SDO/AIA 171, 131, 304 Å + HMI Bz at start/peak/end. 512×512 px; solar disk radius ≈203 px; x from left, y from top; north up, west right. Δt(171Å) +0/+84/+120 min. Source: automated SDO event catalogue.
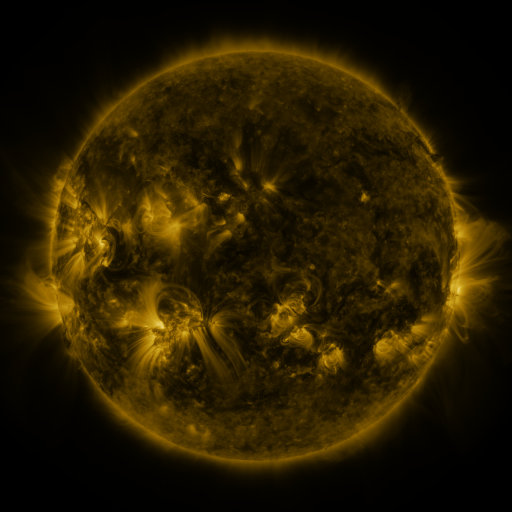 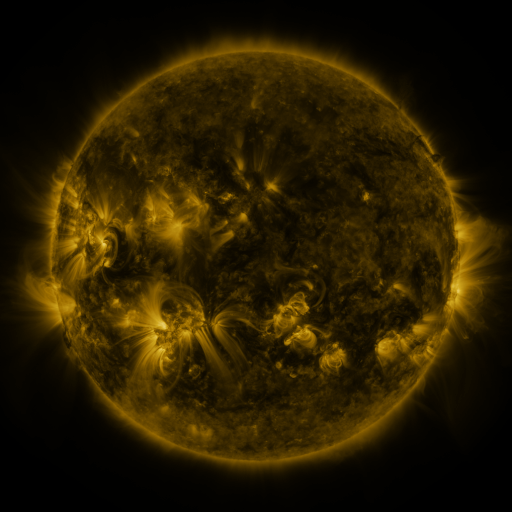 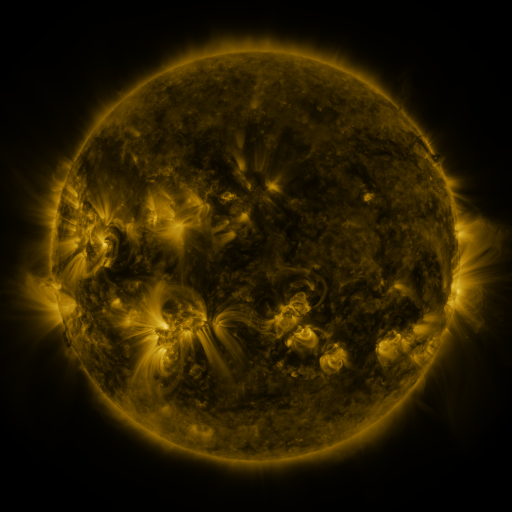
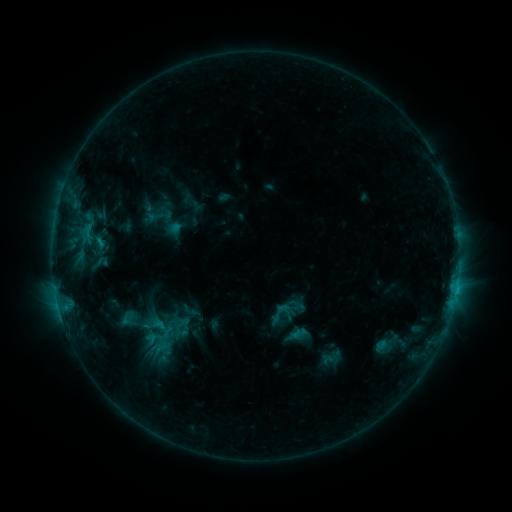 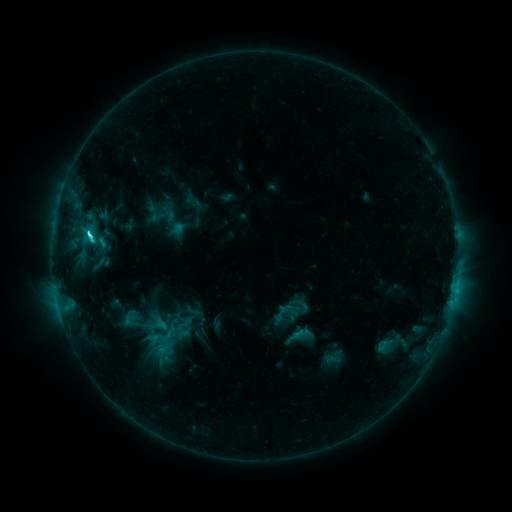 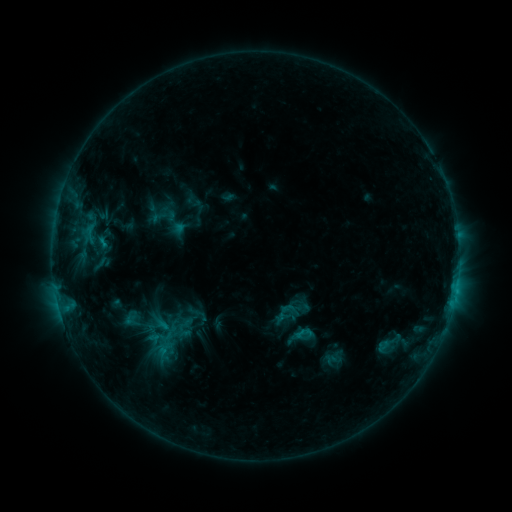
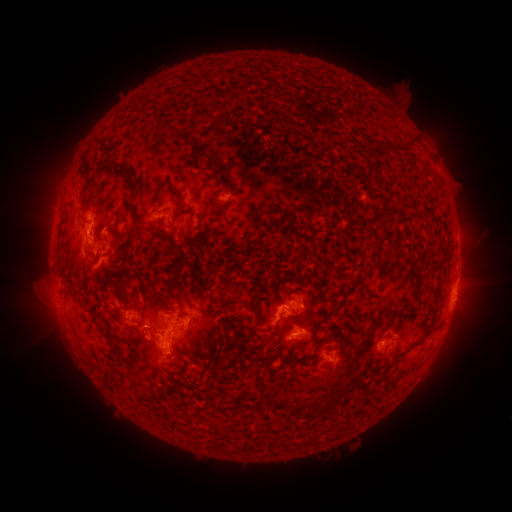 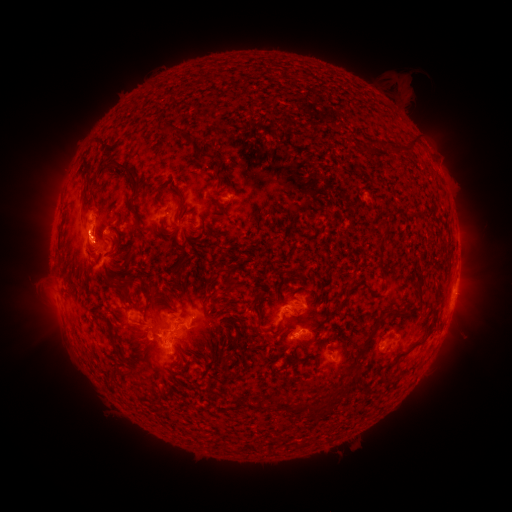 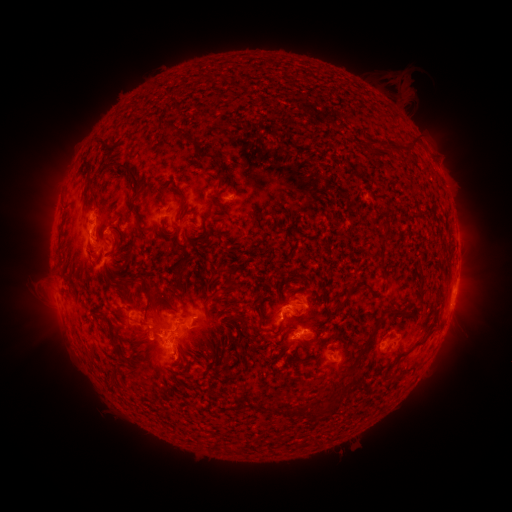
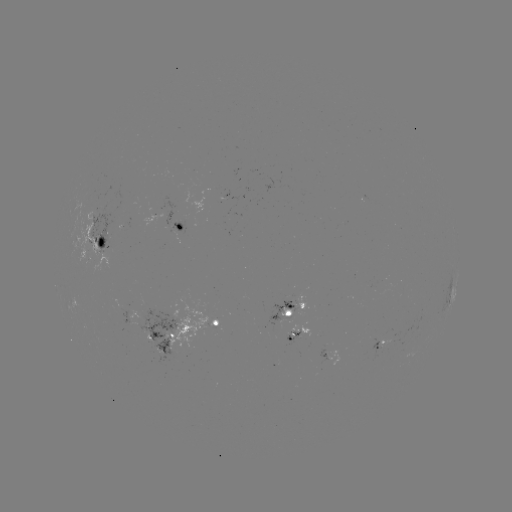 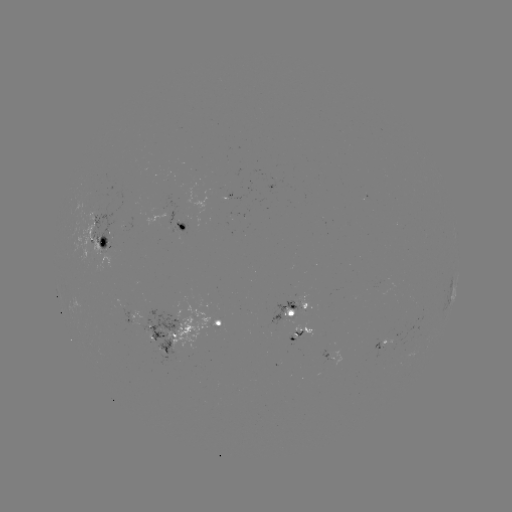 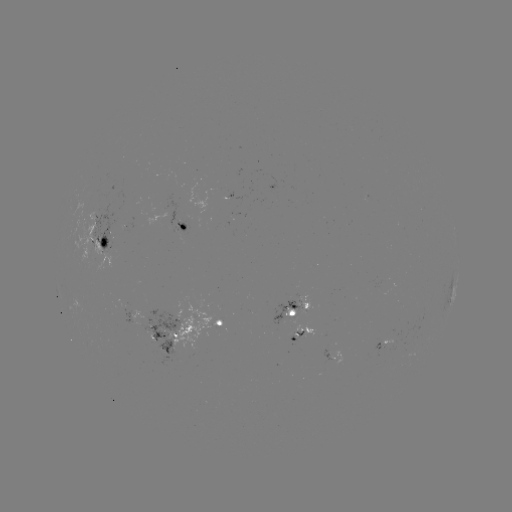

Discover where emerging-flux region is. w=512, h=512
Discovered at (387, 337).